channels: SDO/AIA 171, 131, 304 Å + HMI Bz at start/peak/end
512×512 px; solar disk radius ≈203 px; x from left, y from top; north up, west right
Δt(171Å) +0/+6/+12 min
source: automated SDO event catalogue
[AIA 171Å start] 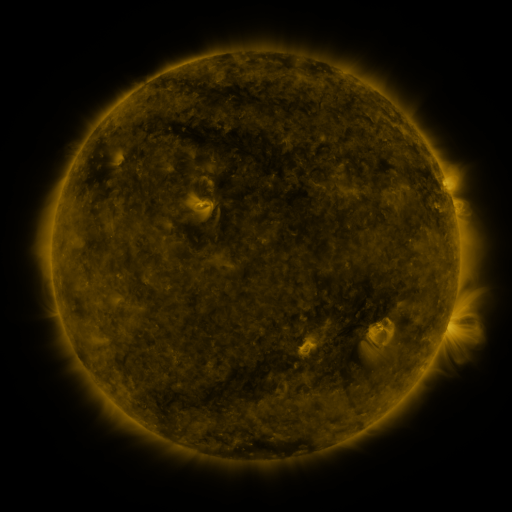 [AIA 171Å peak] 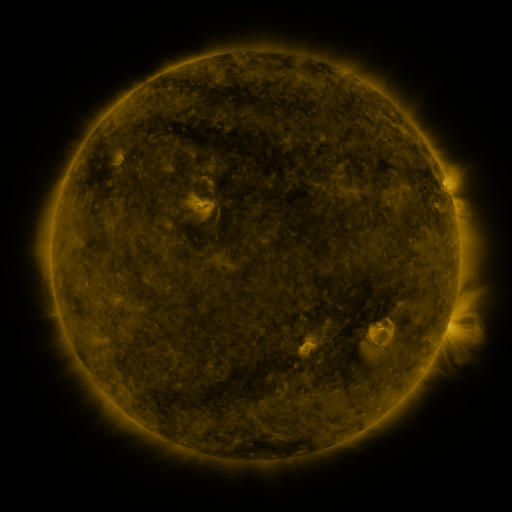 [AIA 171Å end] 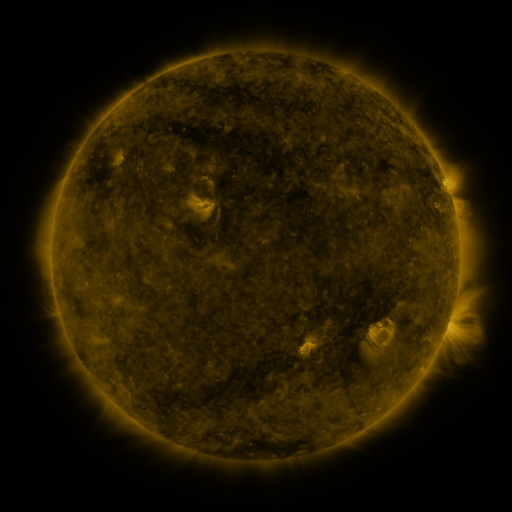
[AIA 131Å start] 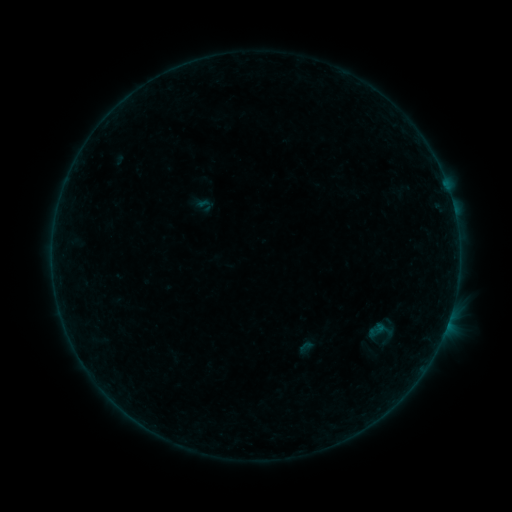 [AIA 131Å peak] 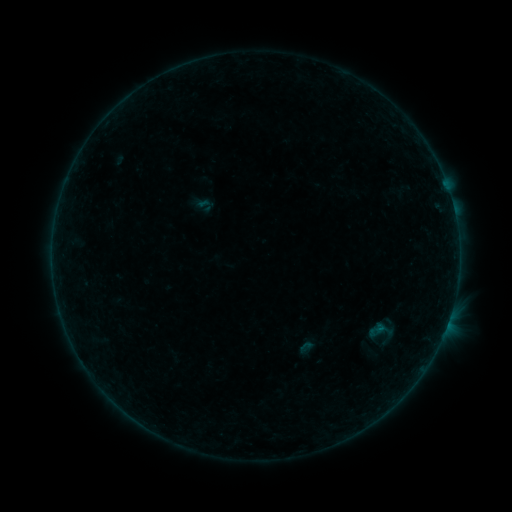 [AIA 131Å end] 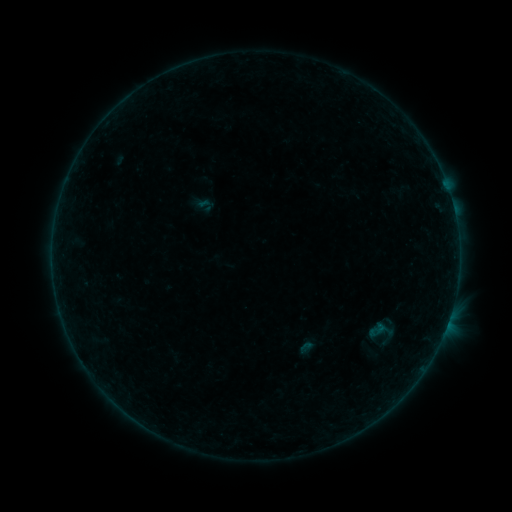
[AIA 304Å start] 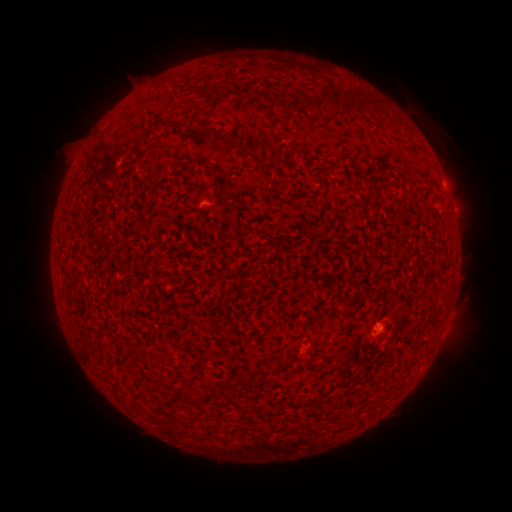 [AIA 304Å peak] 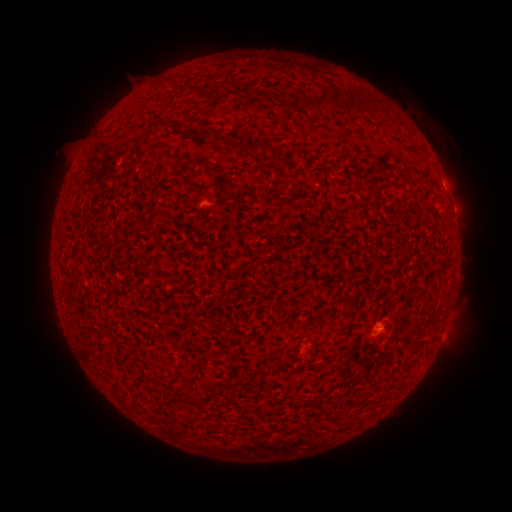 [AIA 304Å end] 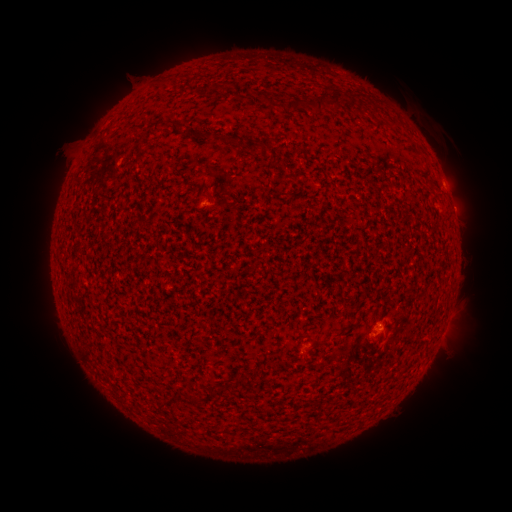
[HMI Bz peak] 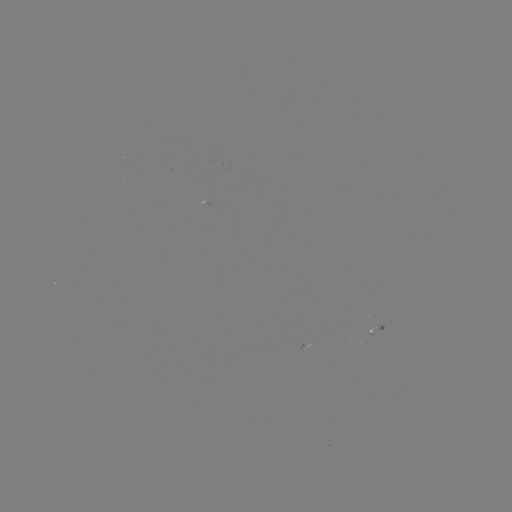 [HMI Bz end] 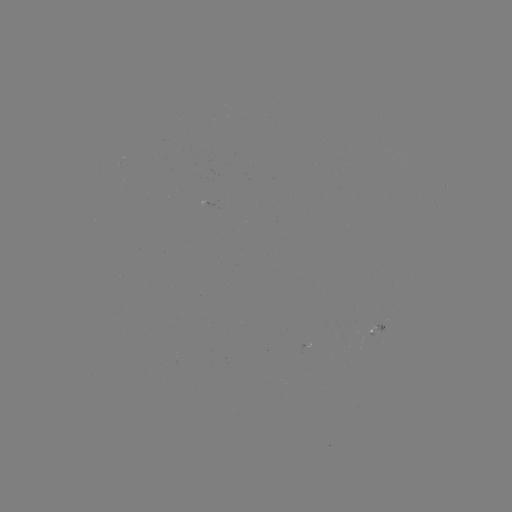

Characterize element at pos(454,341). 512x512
eruption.